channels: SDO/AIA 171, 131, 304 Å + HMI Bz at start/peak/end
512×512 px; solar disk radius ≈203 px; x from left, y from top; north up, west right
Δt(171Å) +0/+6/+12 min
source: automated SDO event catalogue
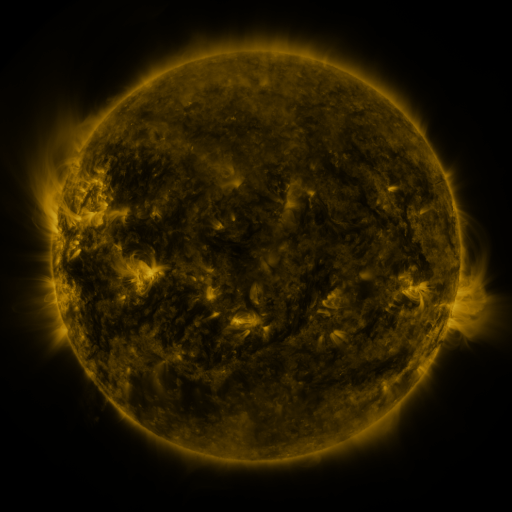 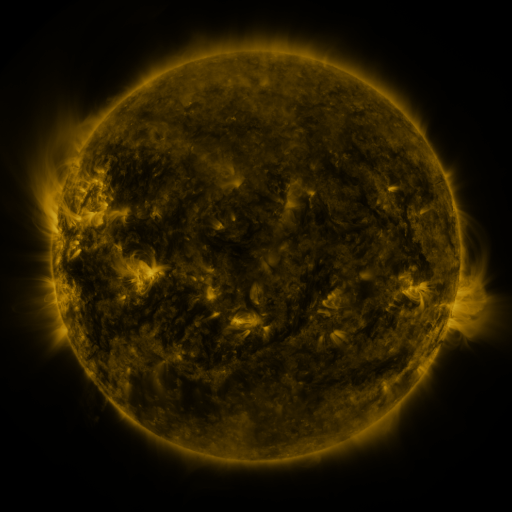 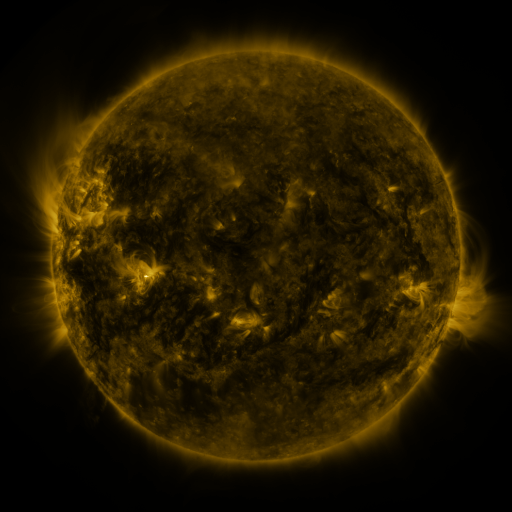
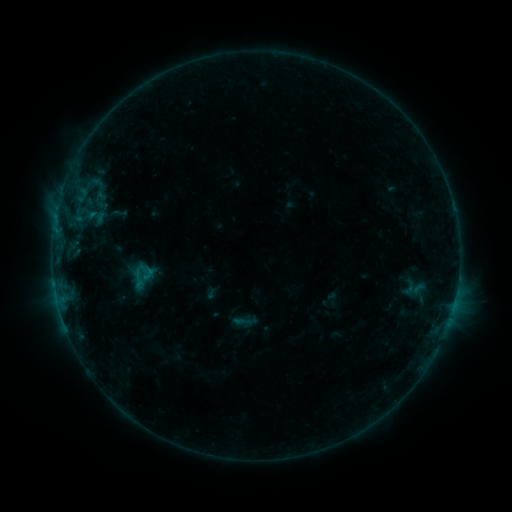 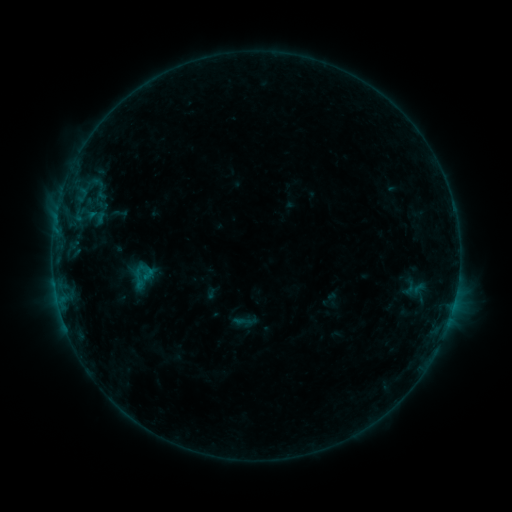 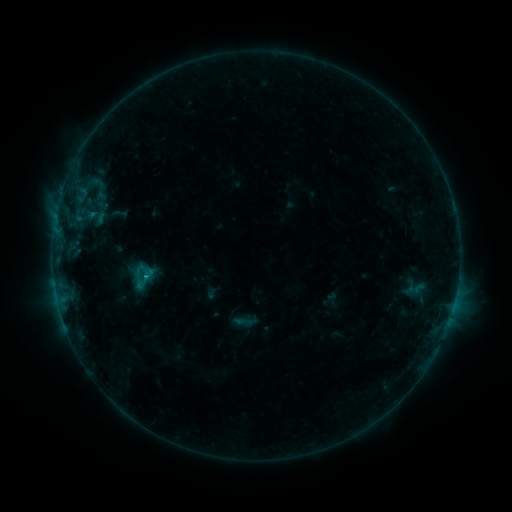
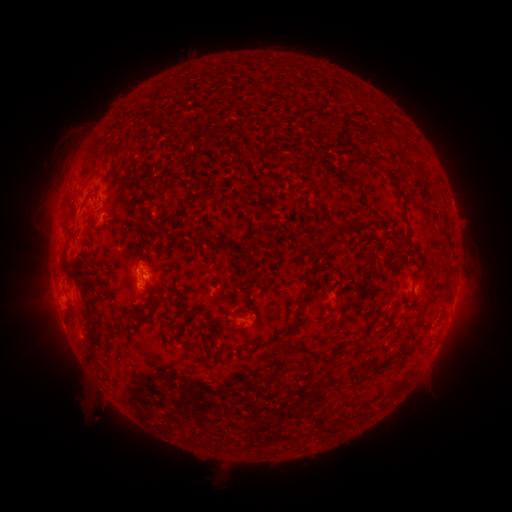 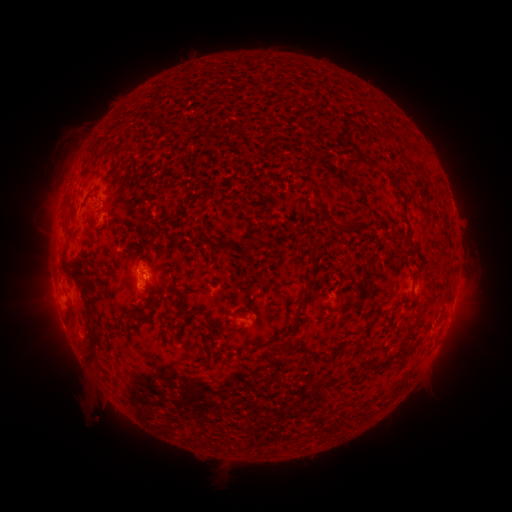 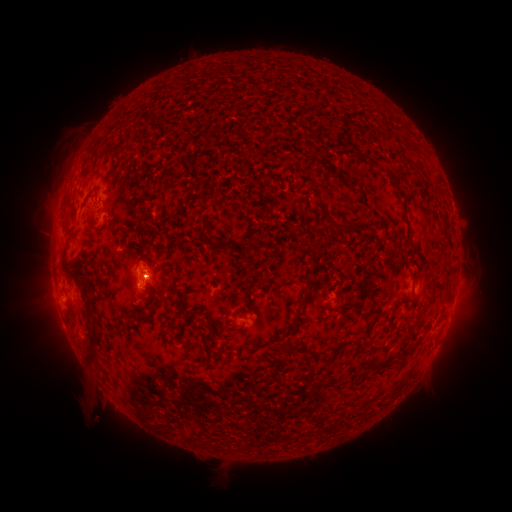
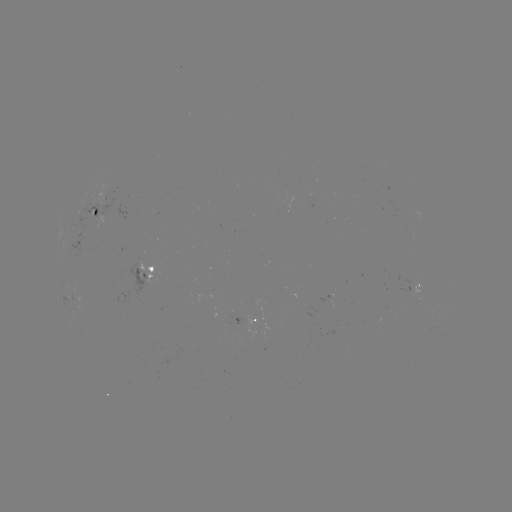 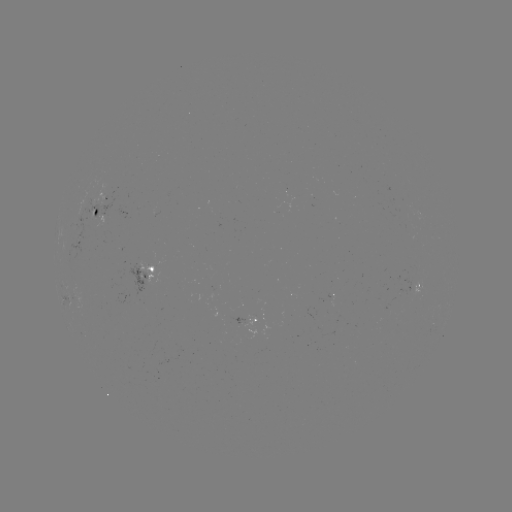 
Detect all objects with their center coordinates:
B4.5 flare: (148, 275)
